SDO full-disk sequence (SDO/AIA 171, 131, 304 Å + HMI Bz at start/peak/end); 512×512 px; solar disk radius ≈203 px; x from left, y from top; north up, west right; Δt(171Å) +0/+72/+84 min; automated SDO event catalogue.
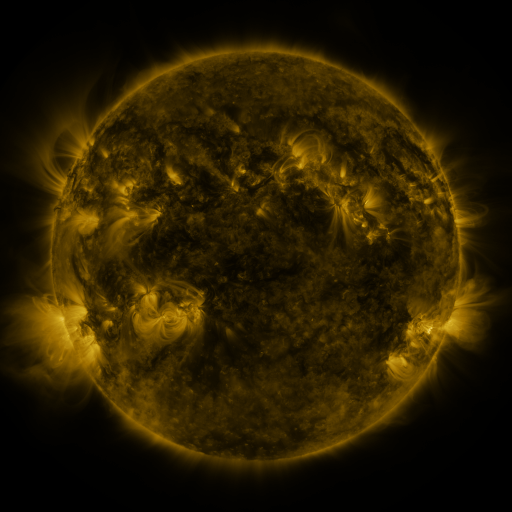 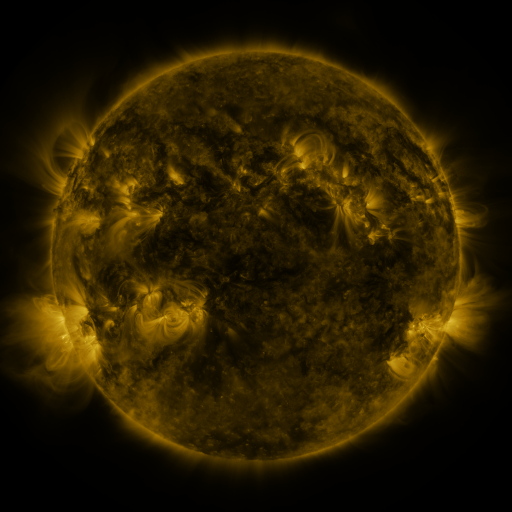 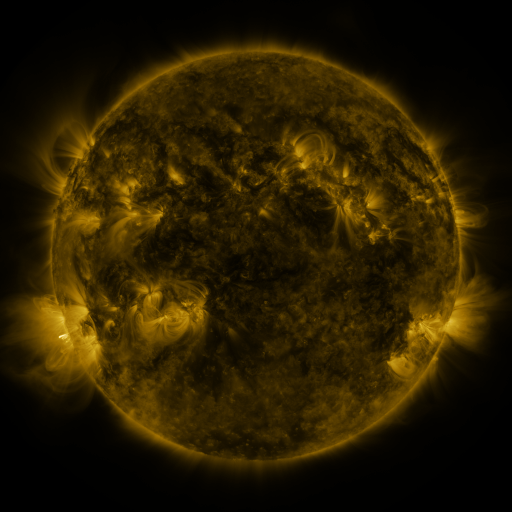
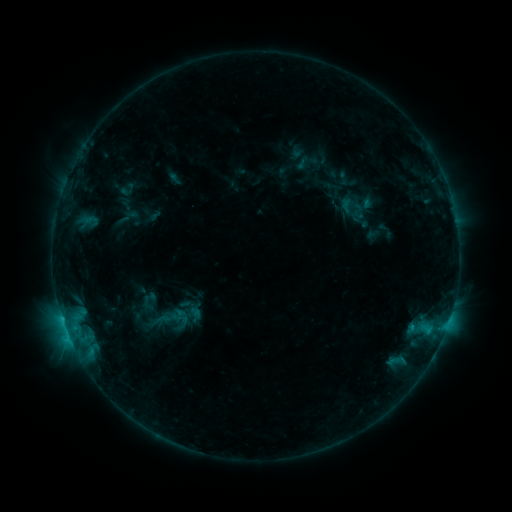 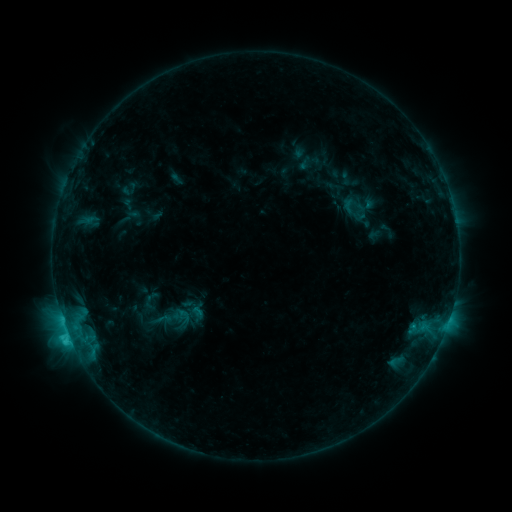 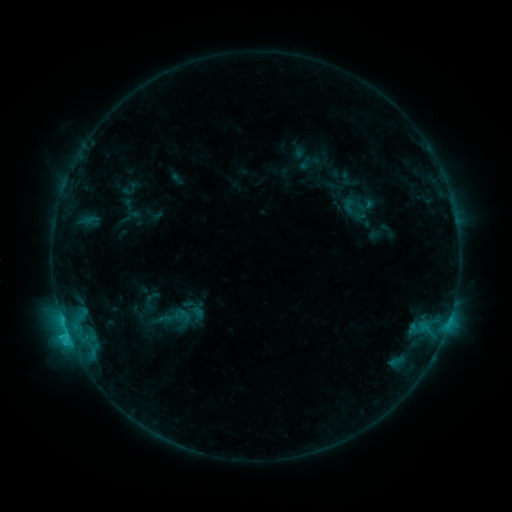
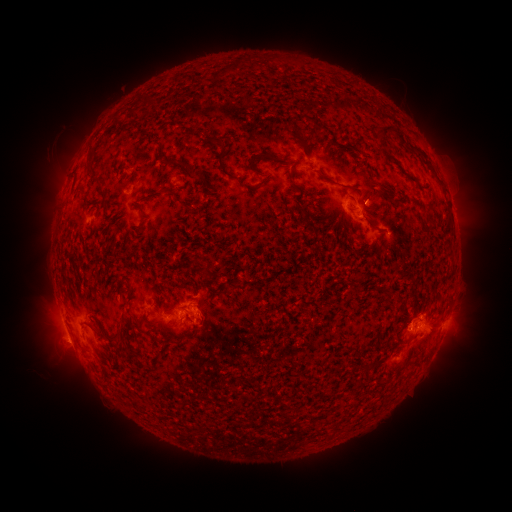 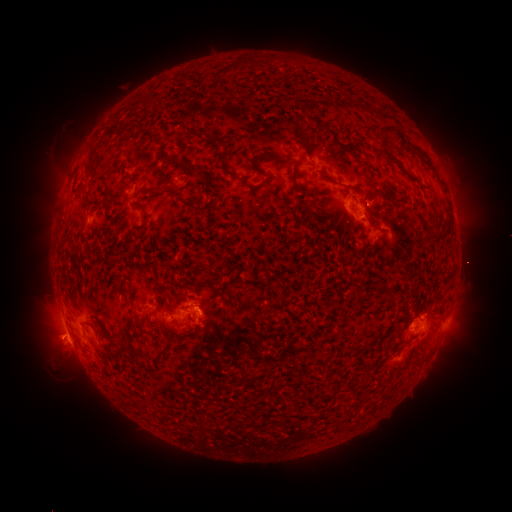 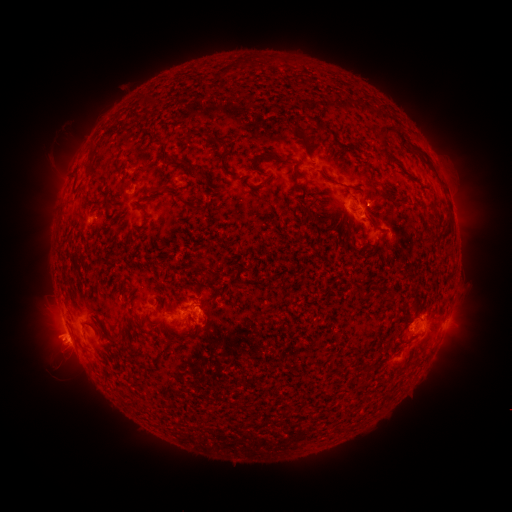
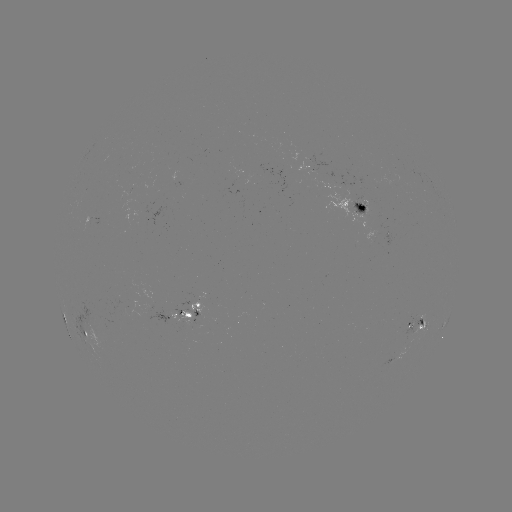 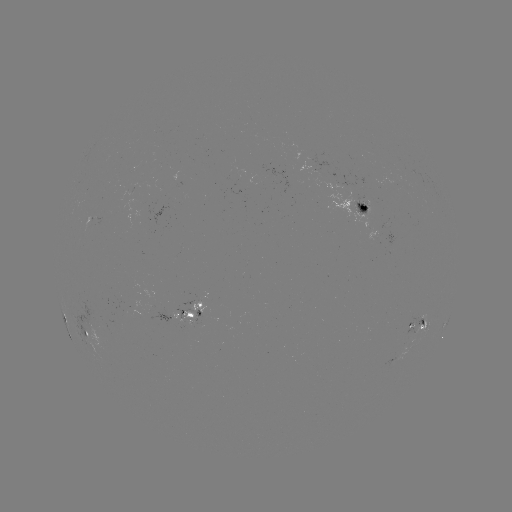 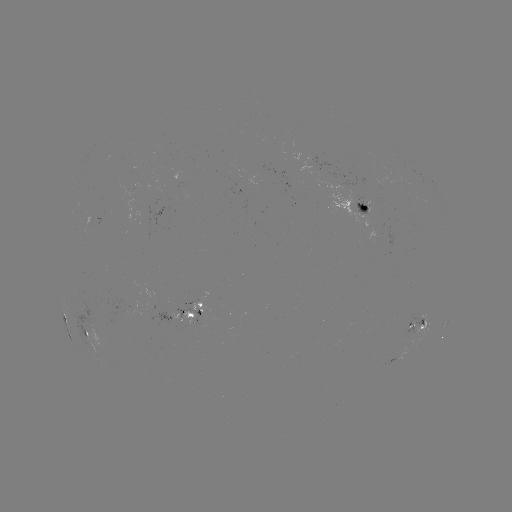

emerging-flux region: <bbox>352, 195, 369, 216</bbox>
